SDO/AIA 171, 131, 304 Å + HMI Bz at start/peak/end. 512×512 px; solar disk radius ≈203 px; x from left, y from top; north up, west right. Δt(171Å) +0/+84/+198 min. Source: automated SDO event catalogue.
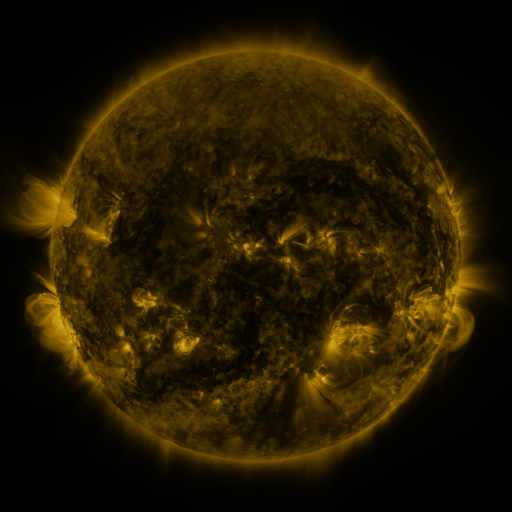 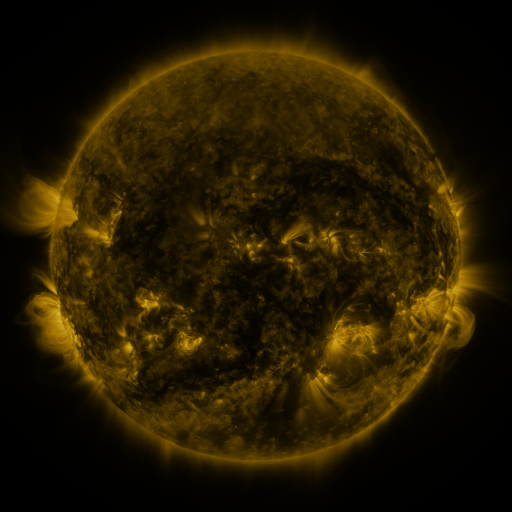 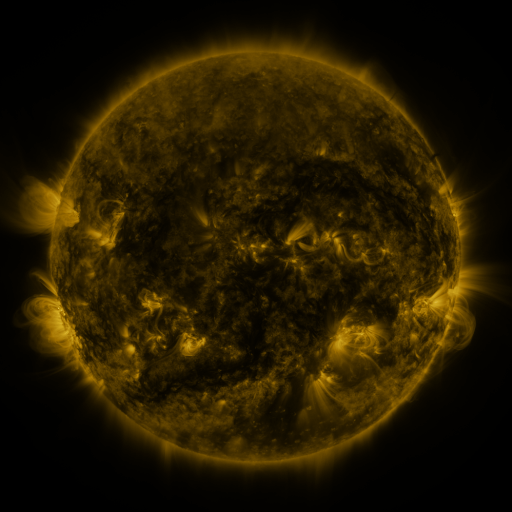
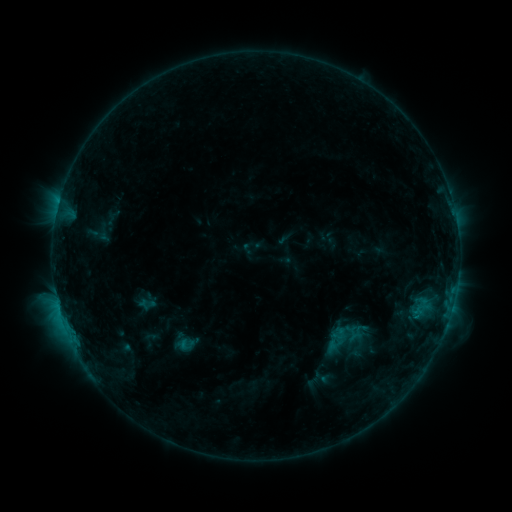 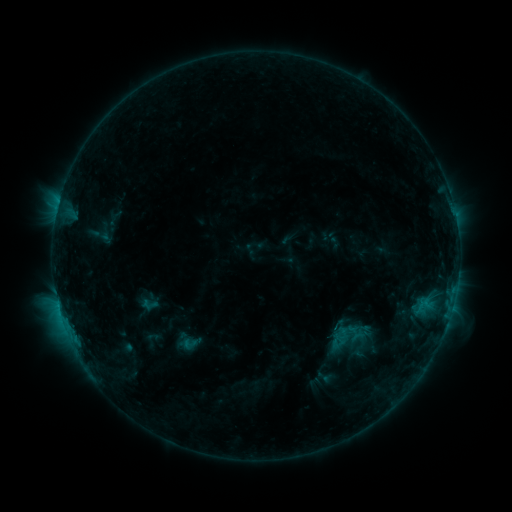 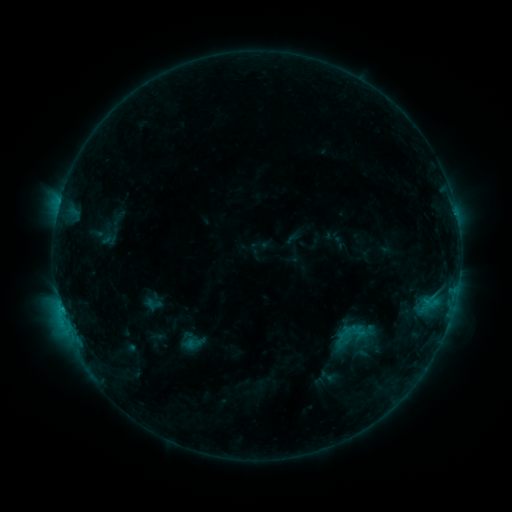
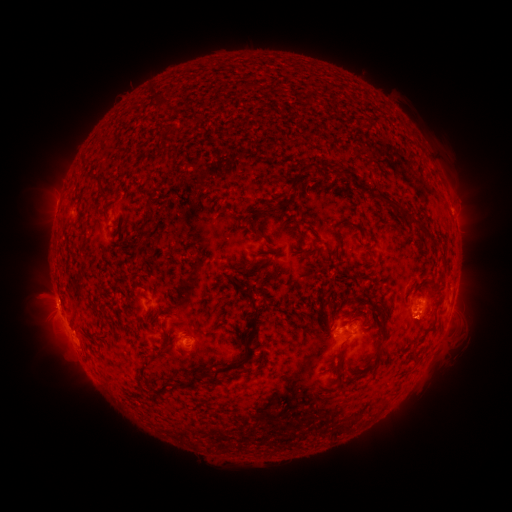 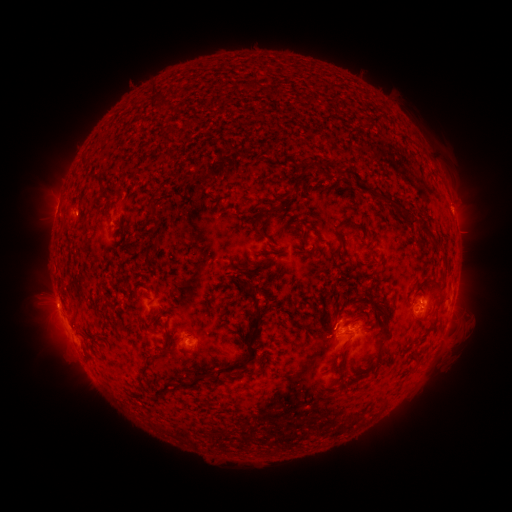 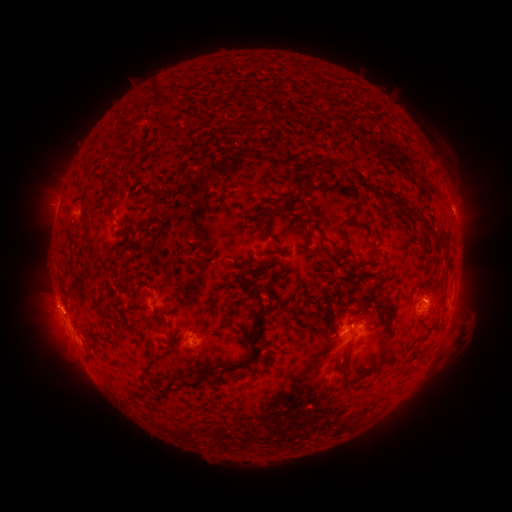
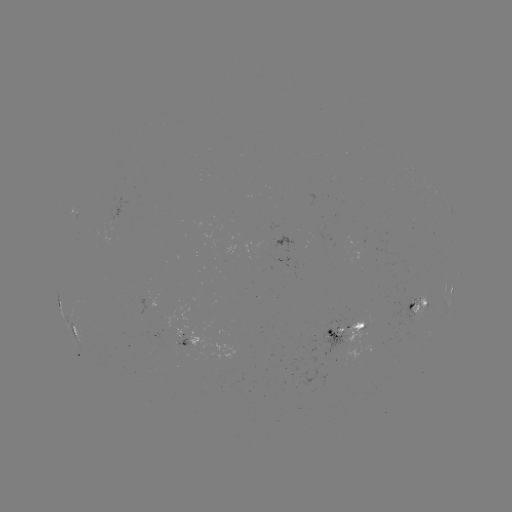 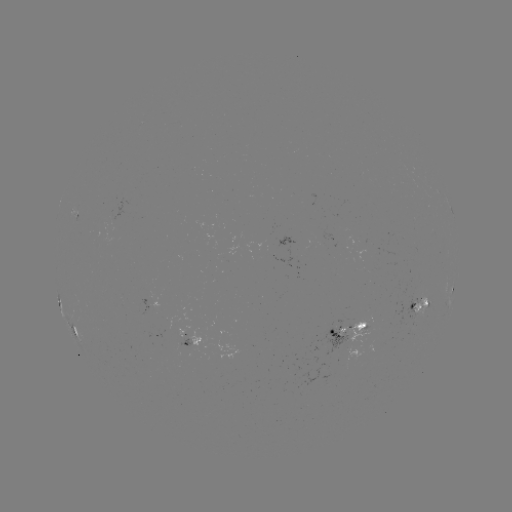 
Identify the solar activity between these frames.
emerging-flux region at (355, 324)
